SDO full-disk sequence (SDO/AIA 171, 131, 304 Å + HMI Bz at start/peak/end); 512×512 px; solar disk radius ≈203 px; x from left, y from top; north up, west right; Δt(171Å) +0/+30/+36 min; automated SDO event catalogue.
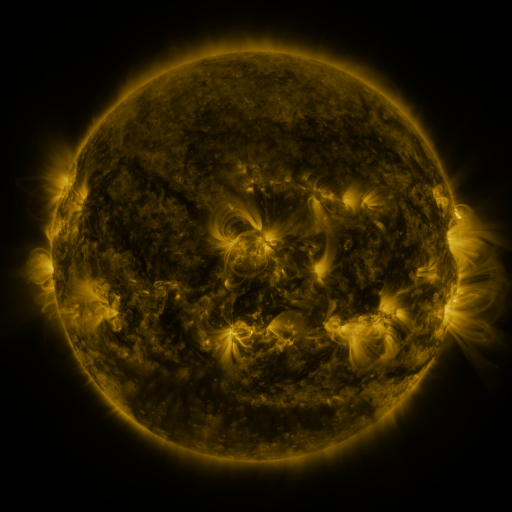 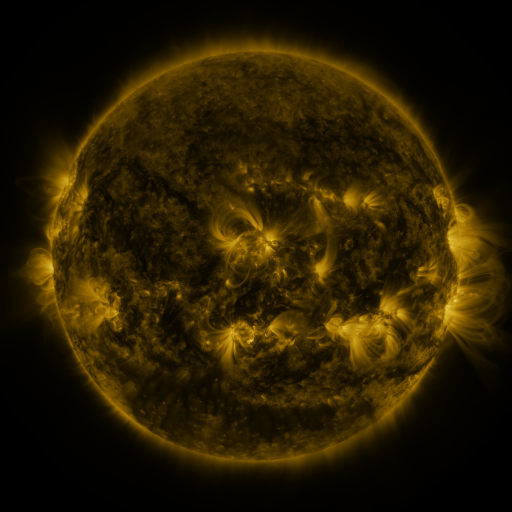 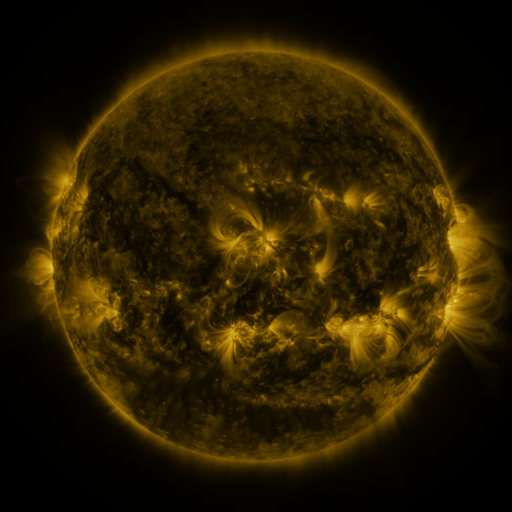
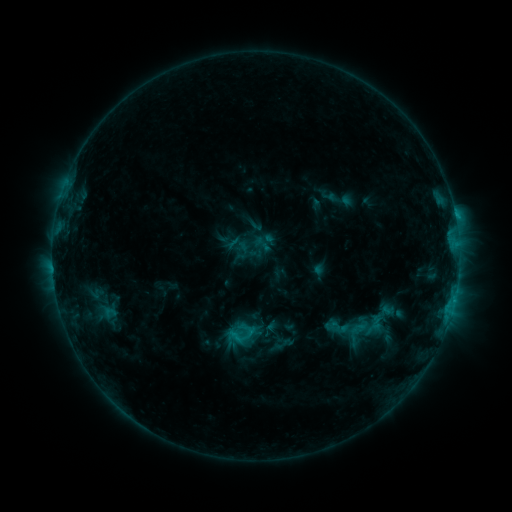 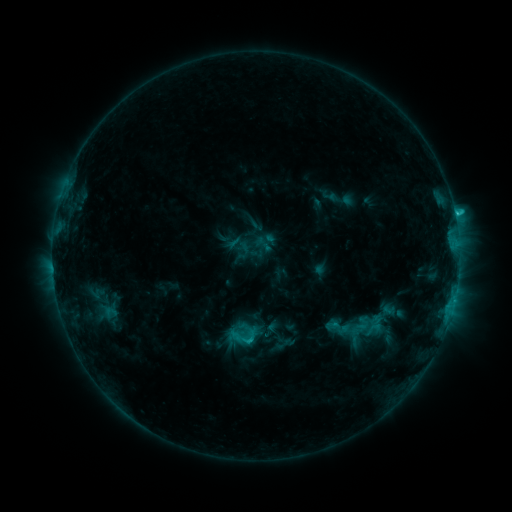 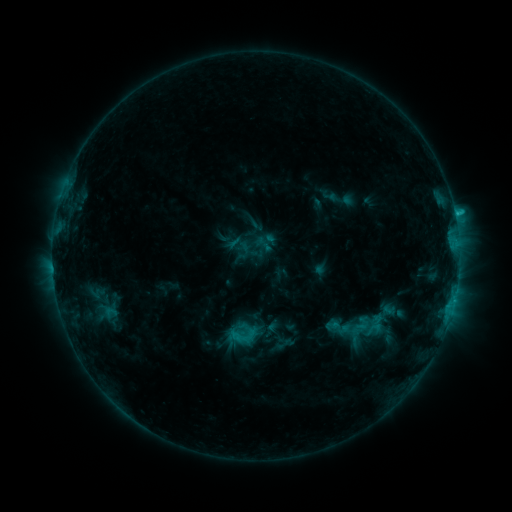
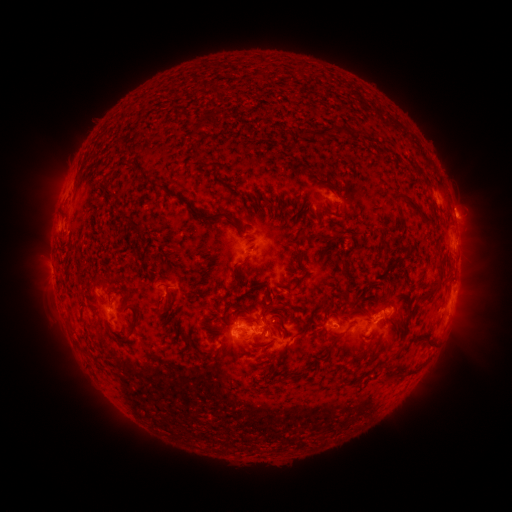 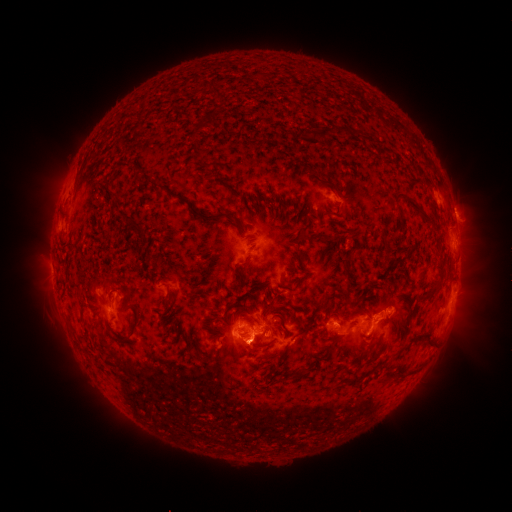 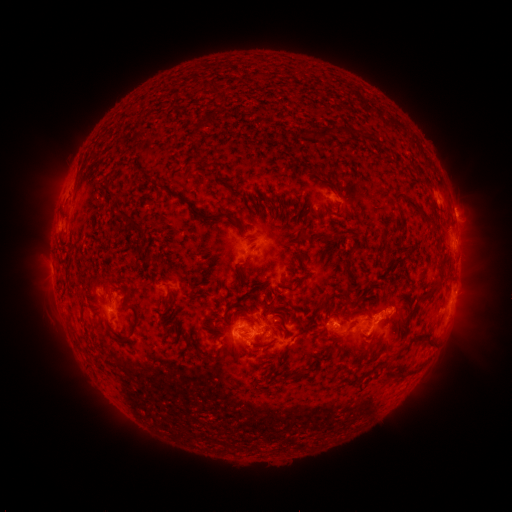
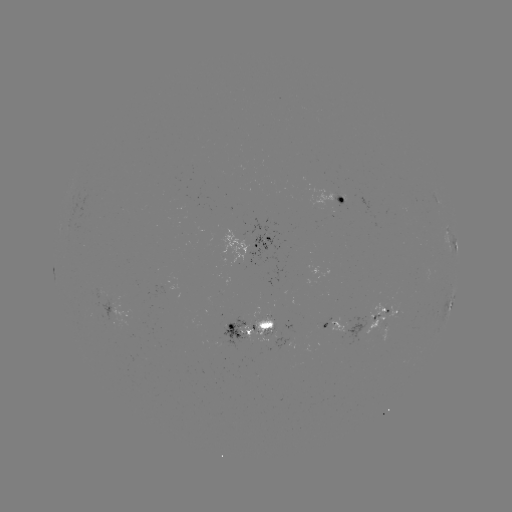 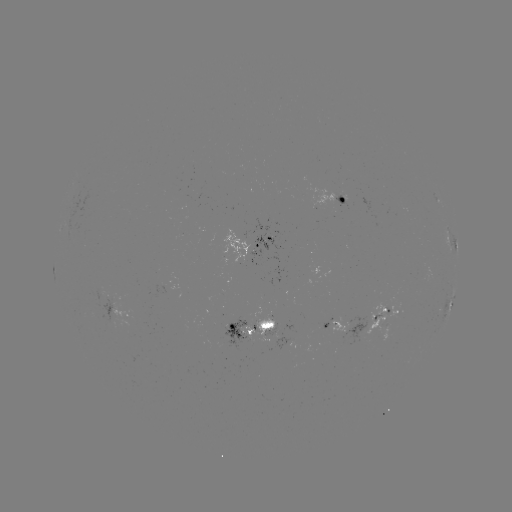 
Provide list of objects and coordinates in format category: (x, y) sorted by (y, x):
C2.1 flare: (455, 217)
